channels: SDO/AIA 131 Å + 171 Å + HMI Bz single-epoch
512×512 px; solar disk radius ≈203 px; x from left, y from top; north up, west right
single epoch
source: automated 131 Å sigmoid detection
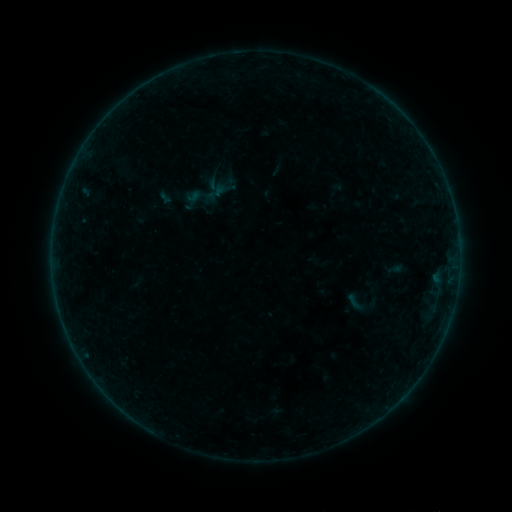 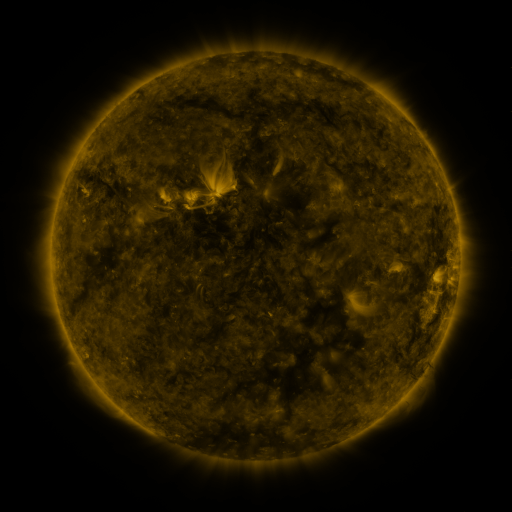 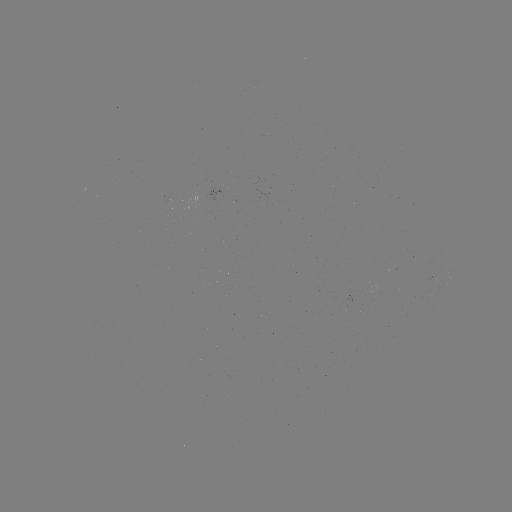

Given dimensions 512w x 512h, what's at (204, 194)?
sigmoid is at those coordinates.